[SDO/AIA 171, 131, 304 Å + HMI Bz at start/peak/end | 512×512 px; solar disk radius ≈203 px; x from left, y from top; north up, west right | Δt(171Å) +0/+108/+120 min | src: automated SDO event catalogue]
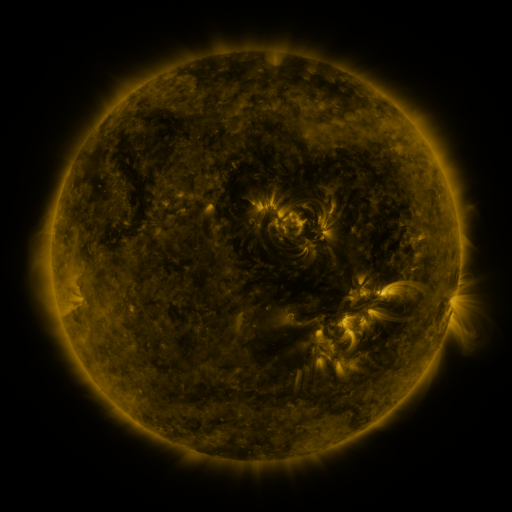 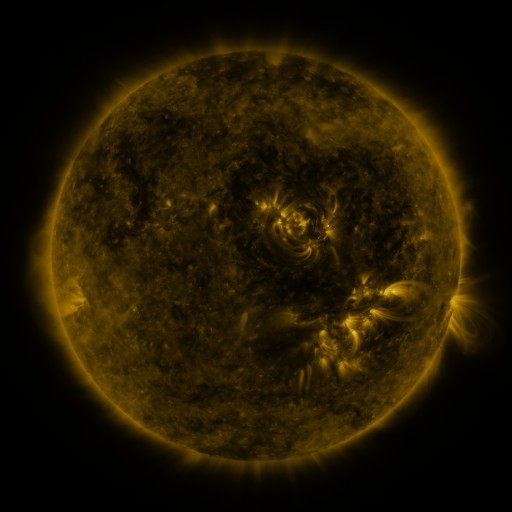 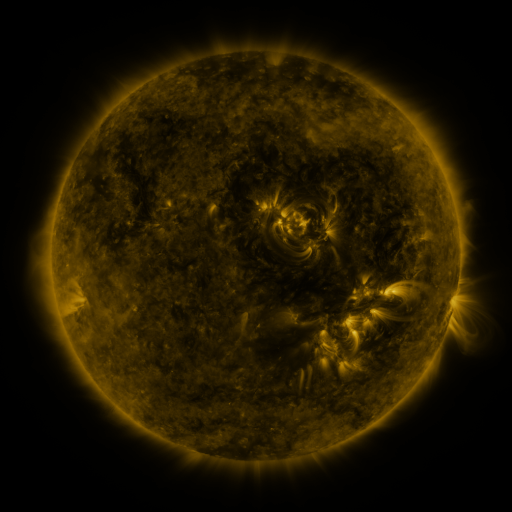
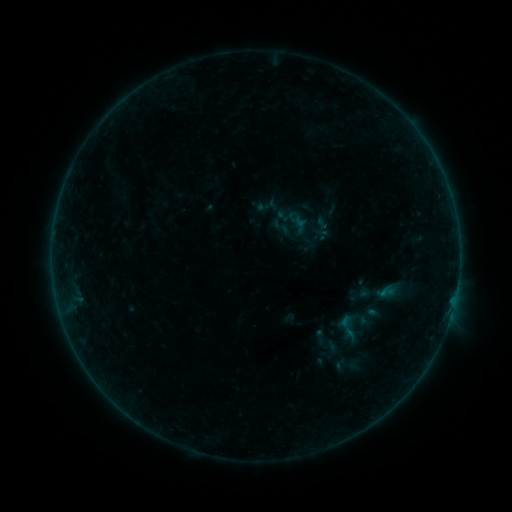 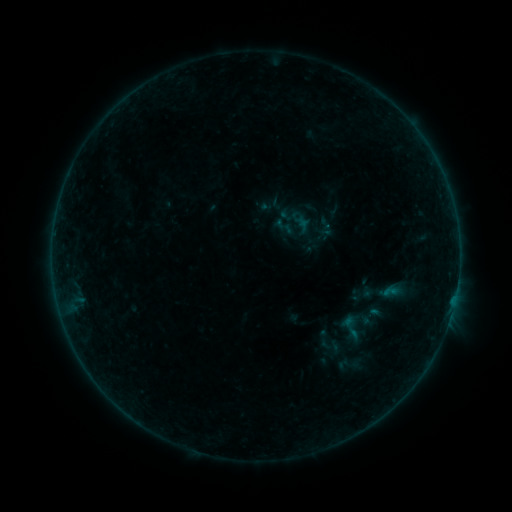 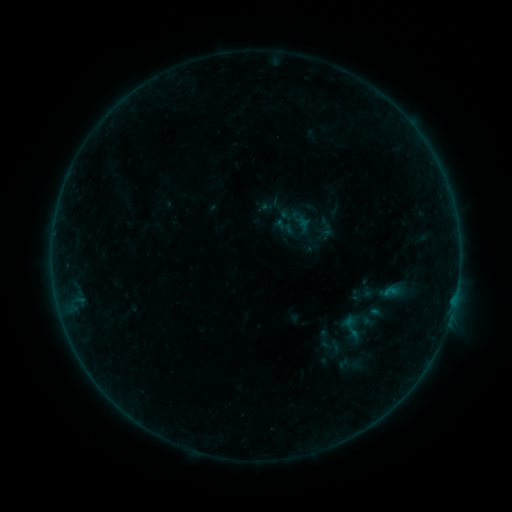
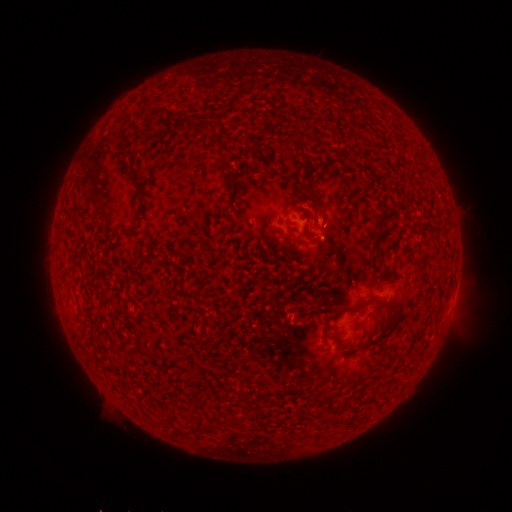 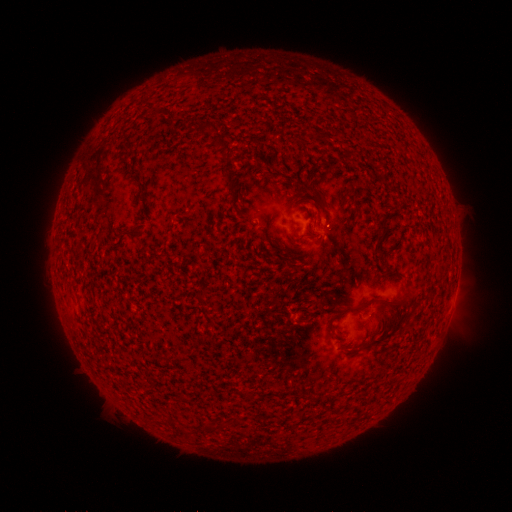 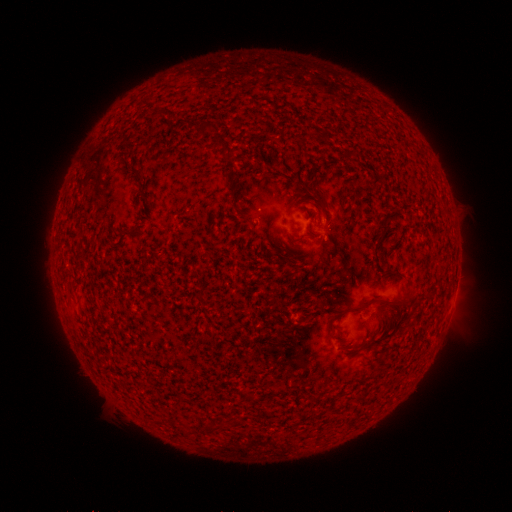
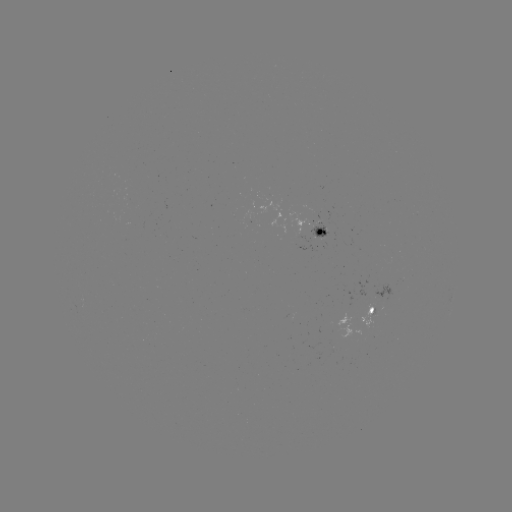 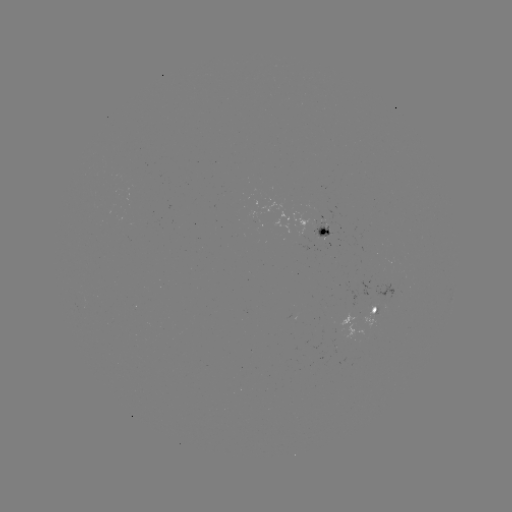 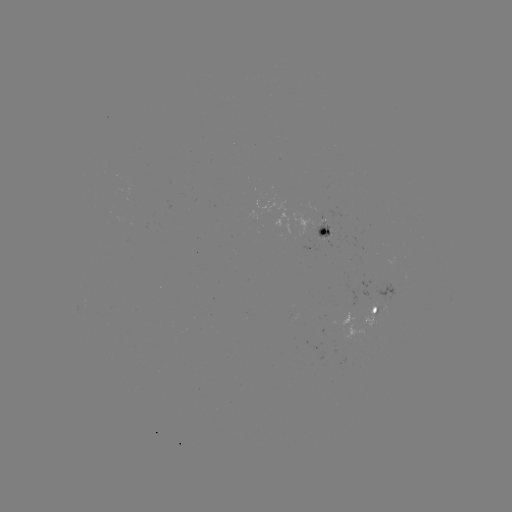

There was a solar emerging-flux region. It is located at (317, 228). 